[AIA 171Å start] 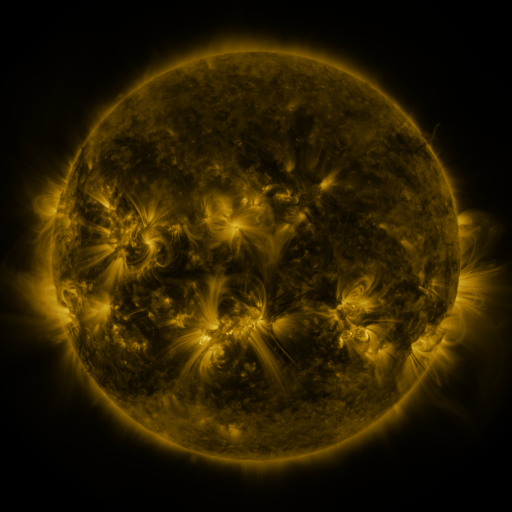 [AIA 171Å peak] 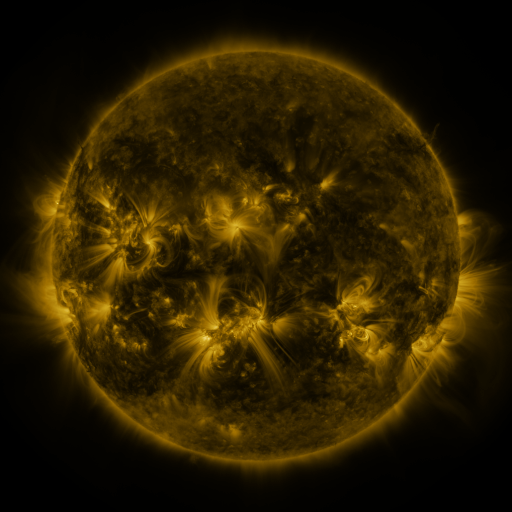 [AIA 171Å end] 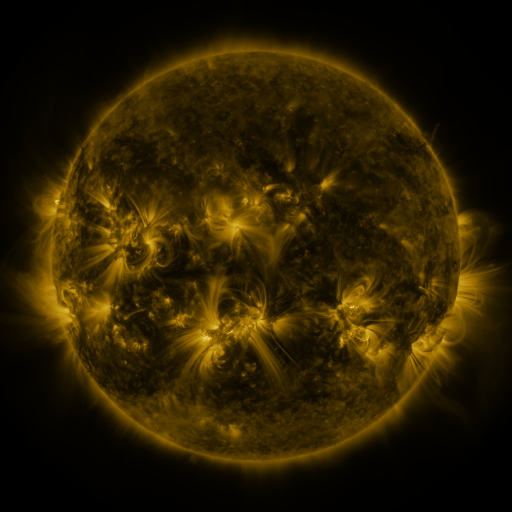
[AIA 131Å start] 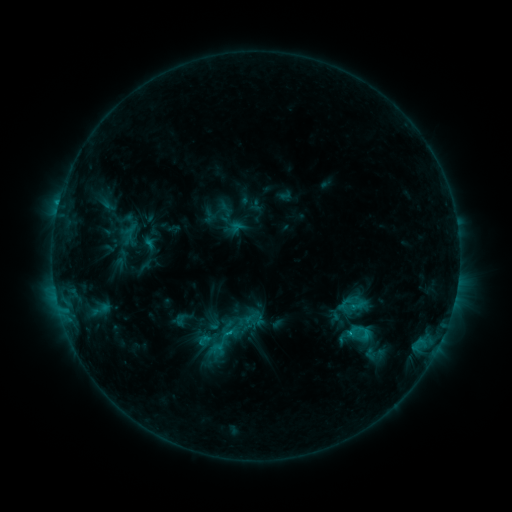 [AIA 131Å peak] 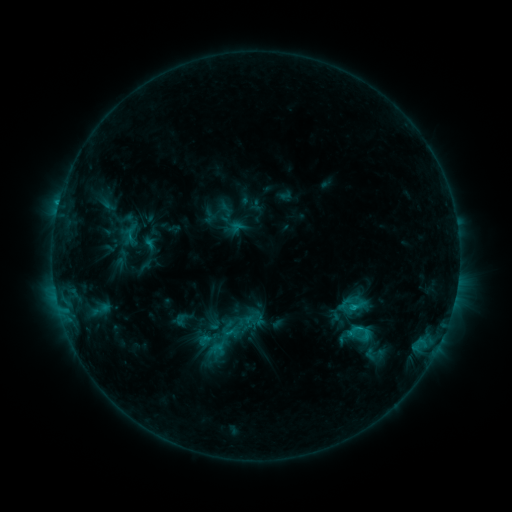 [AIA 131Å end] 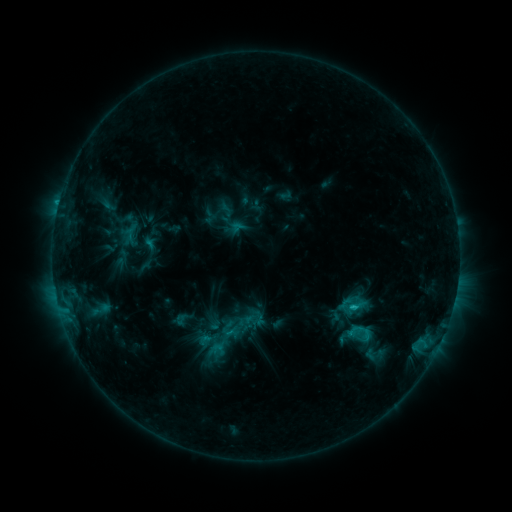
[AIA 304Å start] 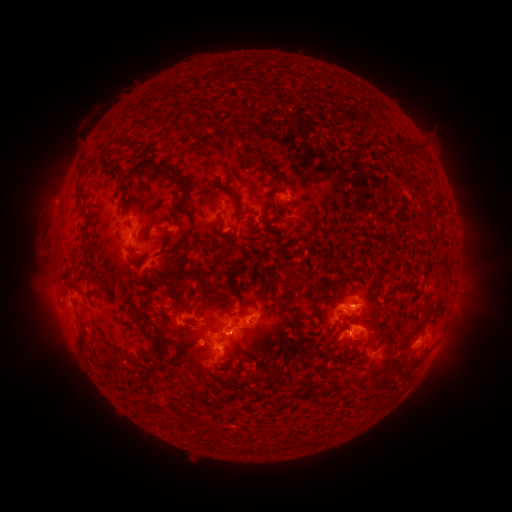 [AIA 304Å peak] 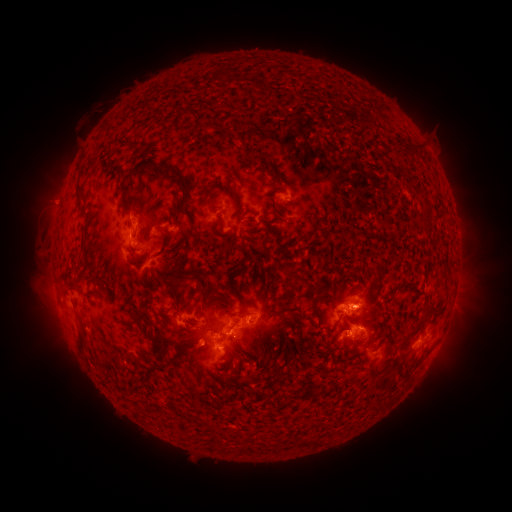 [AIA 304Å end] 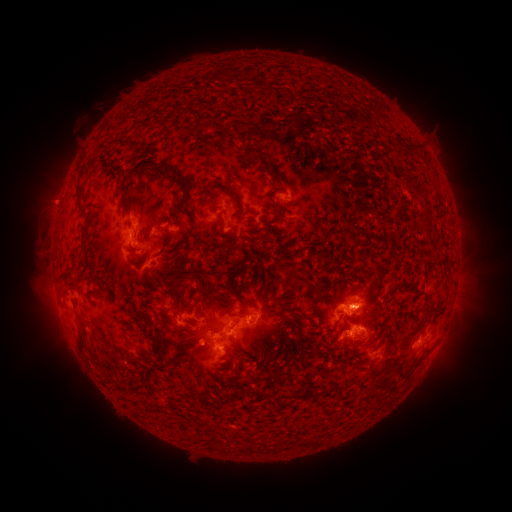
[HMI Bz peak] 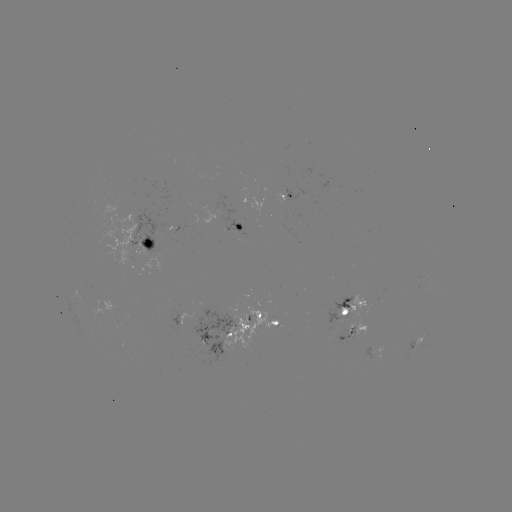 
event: flare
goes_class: C3.1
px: (352, 306)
